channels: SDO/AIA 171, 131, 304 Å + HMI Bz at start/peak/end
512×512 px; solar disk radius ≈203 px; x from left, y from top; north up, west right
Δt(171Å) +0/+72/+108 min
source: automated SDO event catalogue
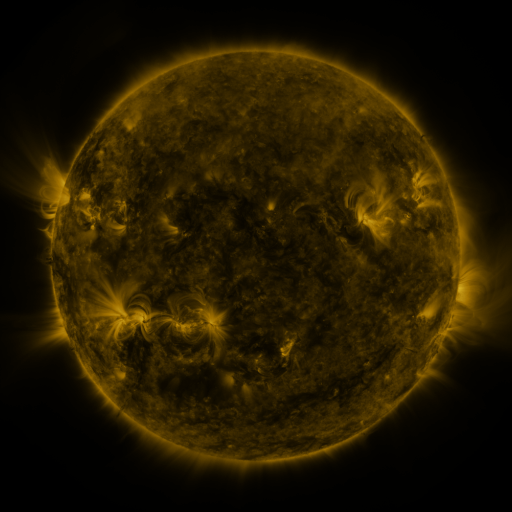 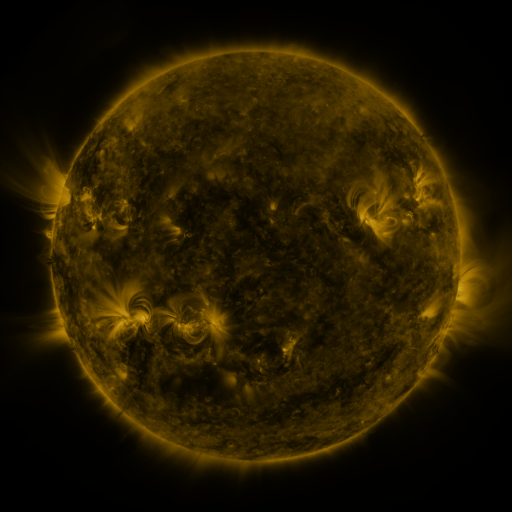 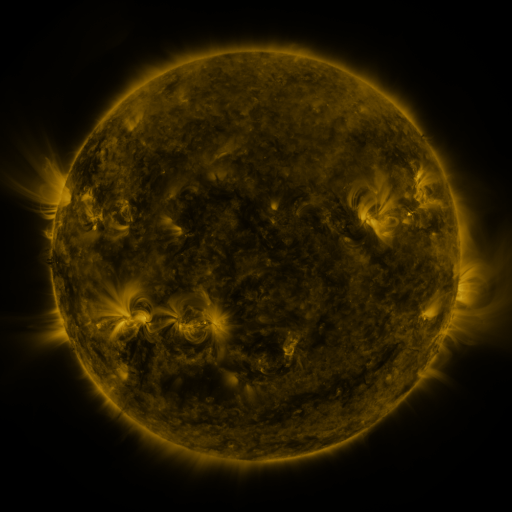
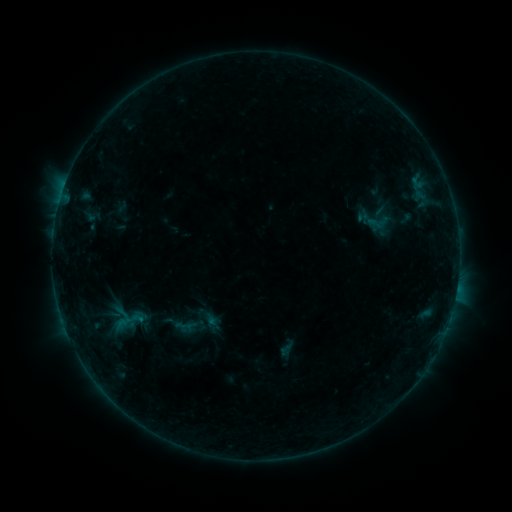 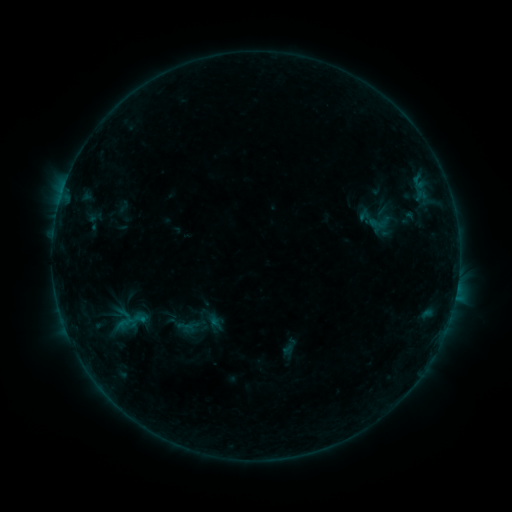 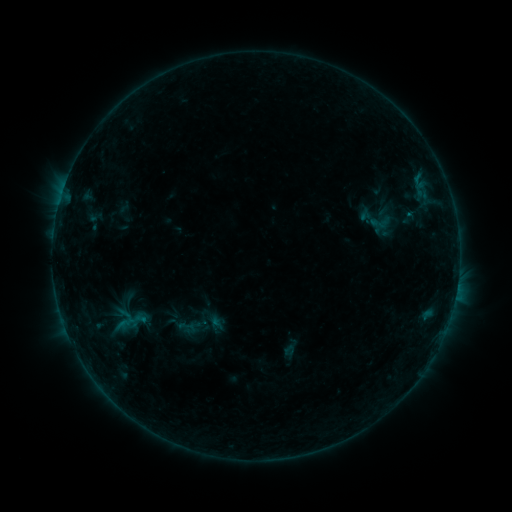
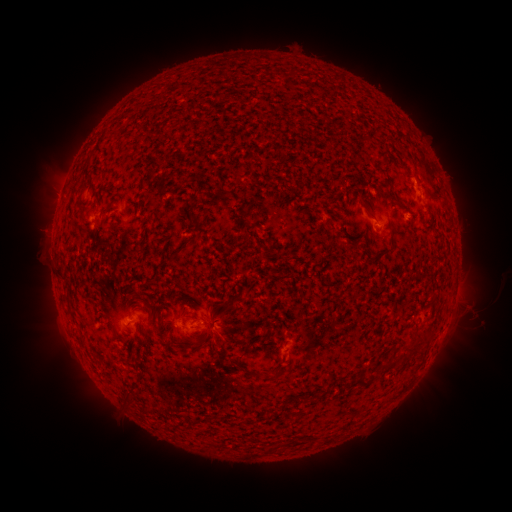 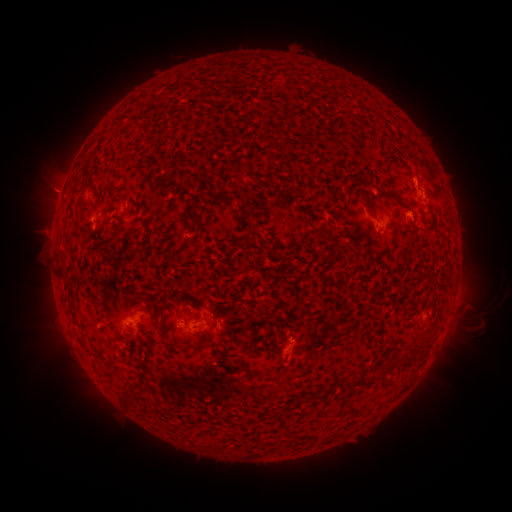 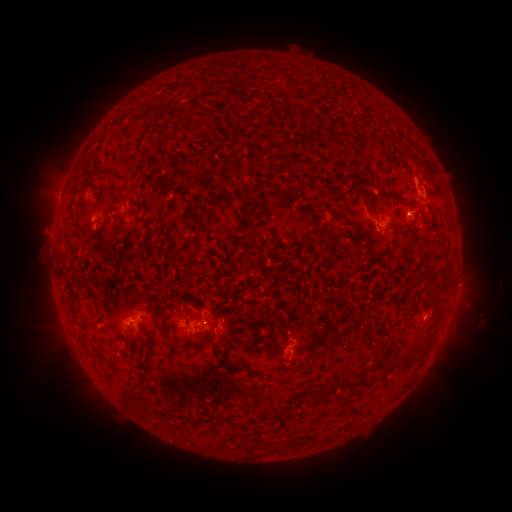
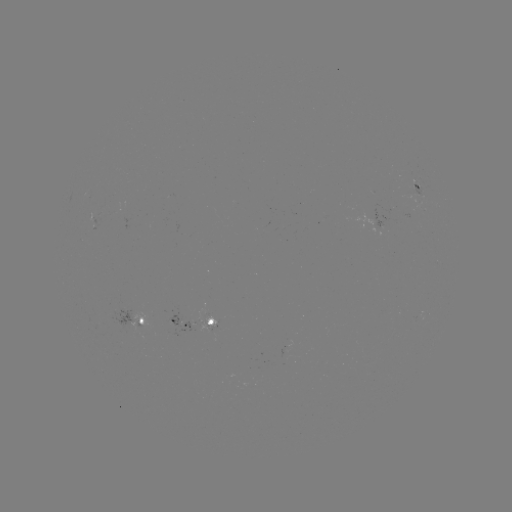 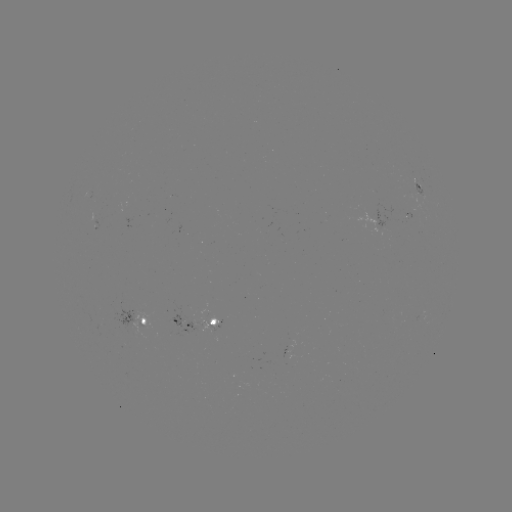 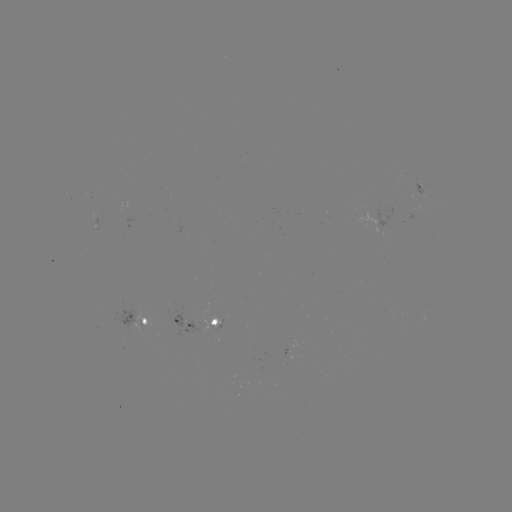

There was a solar emerging-flux region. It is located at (416, 193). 